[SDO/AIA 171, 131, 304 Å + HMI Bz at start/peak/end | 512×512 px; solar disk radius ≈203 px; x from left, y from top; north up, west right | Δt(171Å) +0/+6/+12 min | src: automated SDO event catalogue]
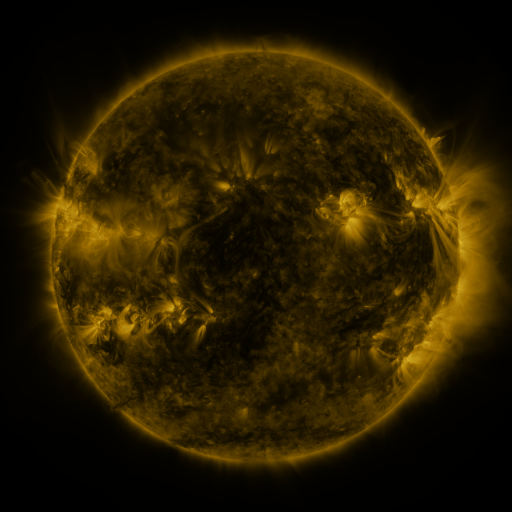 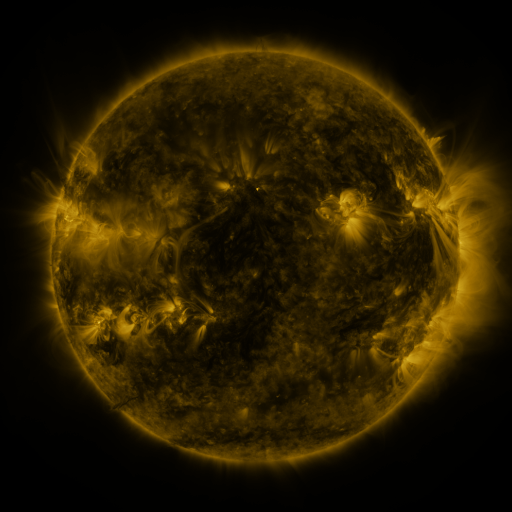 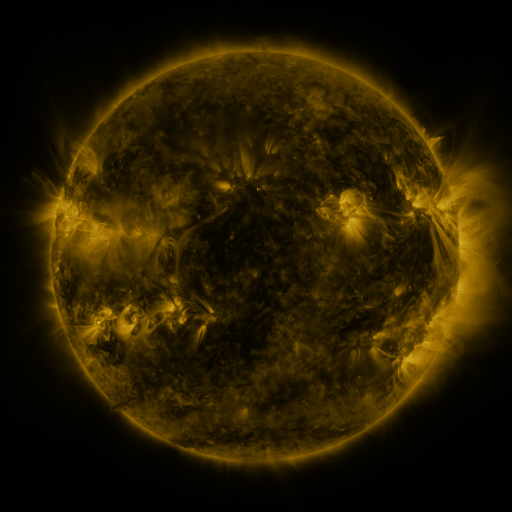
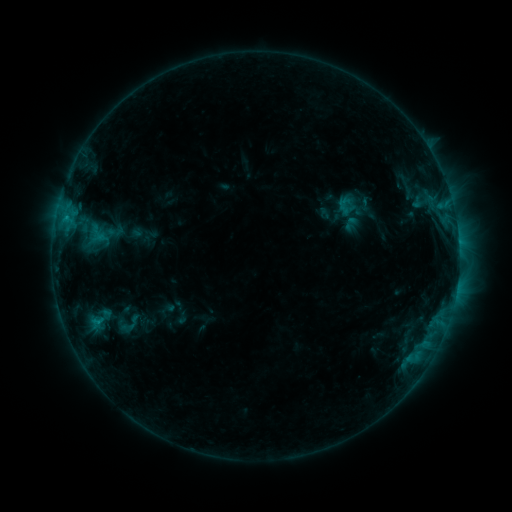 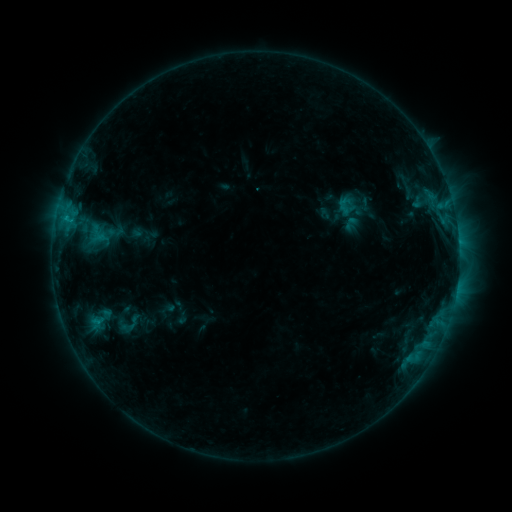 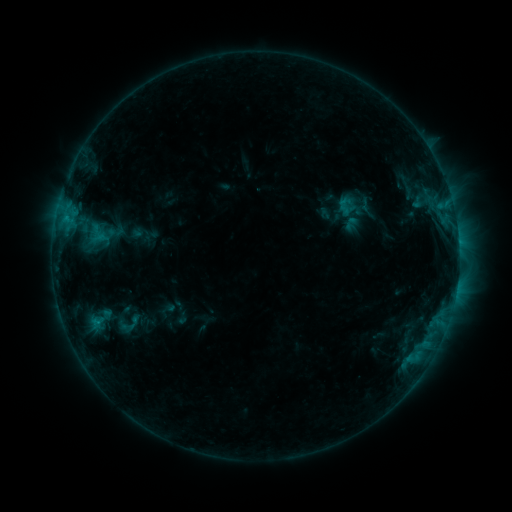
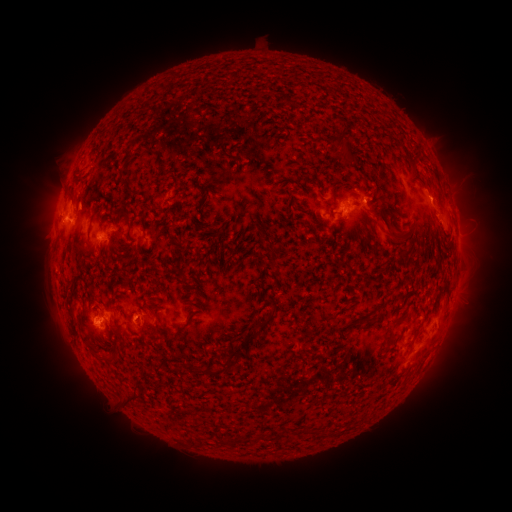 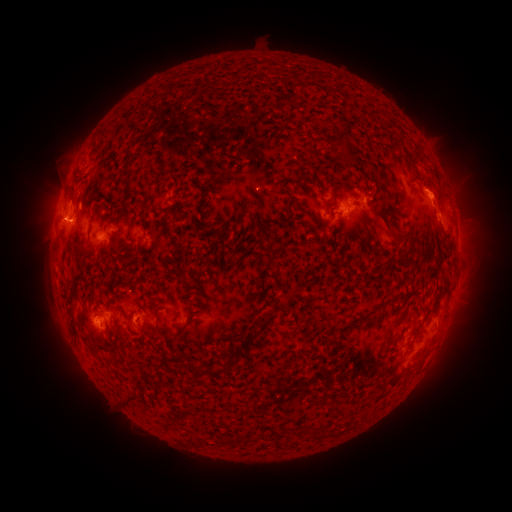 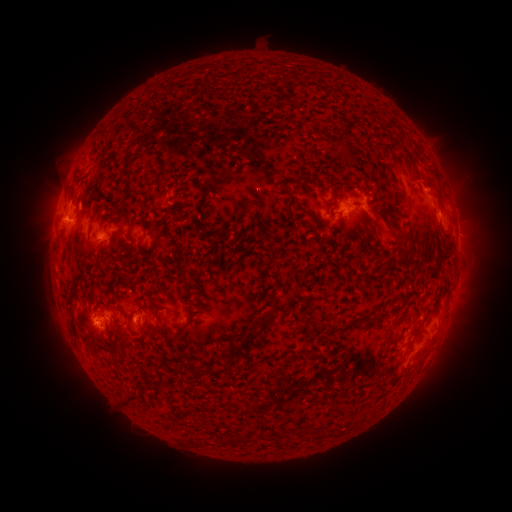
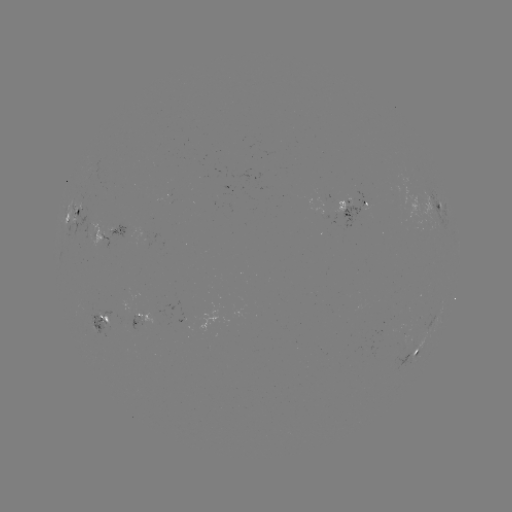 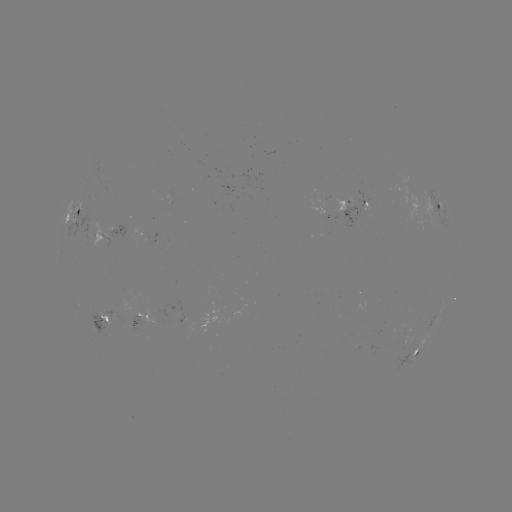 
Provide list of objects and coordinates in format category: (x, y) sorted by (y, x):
eruption: (437, 194)
